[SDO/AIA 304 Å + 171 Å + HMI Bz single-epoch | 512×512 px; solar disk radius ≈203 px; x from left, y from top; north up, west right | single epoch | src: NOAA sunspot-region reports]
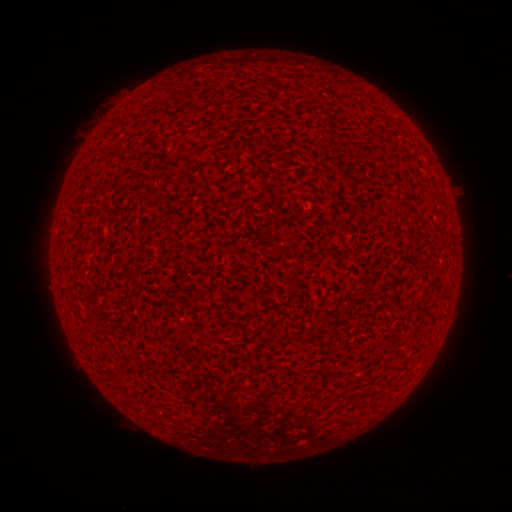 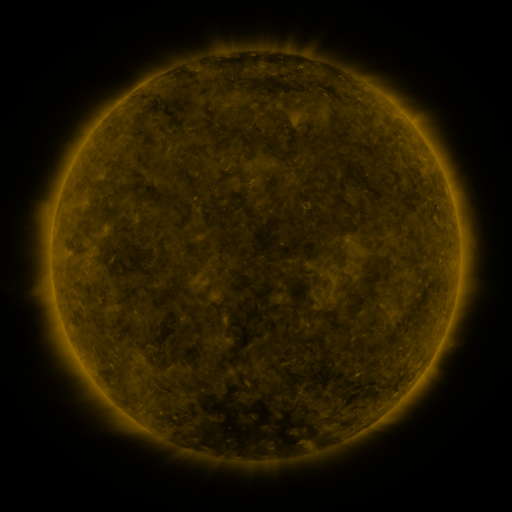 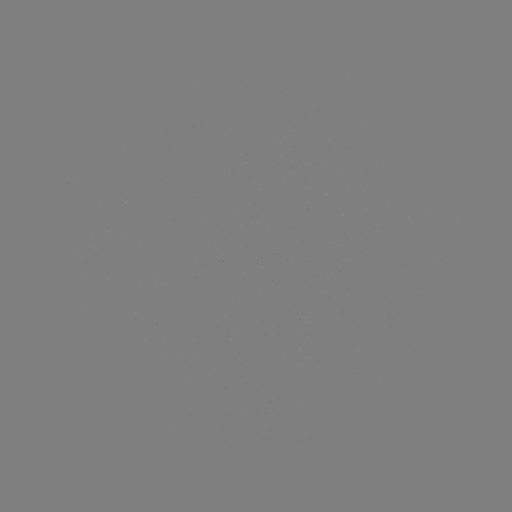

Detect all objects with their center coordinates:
(none)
